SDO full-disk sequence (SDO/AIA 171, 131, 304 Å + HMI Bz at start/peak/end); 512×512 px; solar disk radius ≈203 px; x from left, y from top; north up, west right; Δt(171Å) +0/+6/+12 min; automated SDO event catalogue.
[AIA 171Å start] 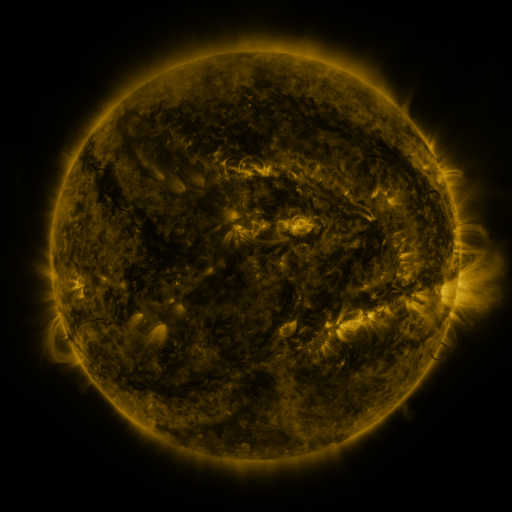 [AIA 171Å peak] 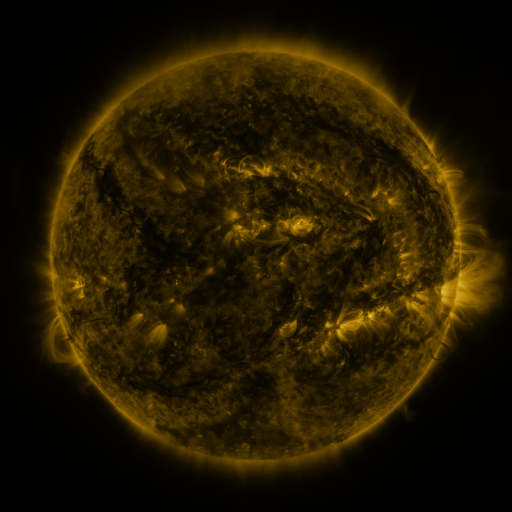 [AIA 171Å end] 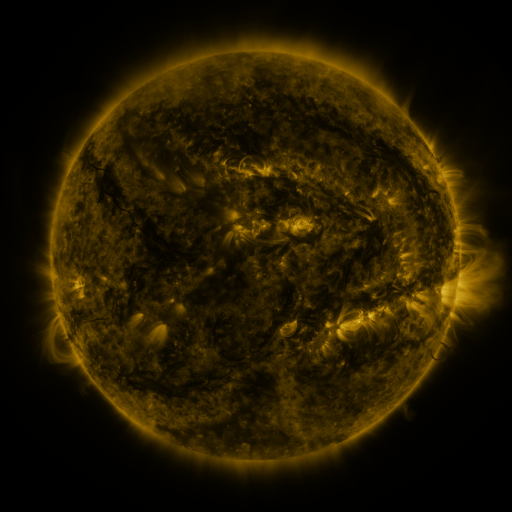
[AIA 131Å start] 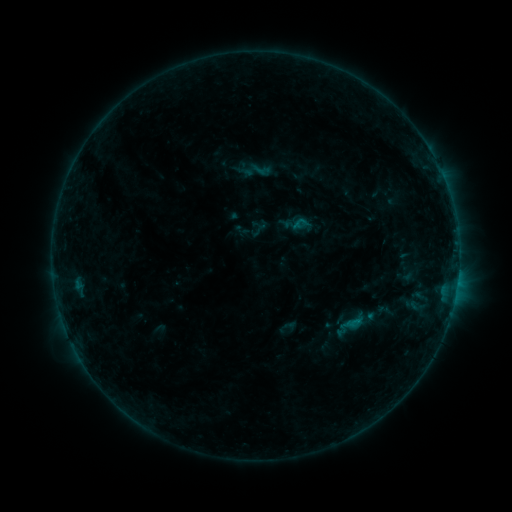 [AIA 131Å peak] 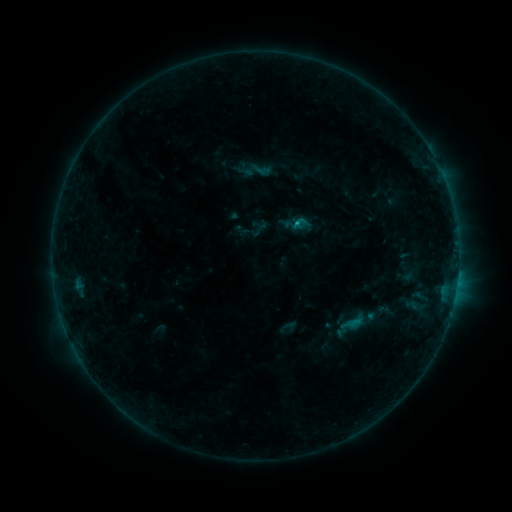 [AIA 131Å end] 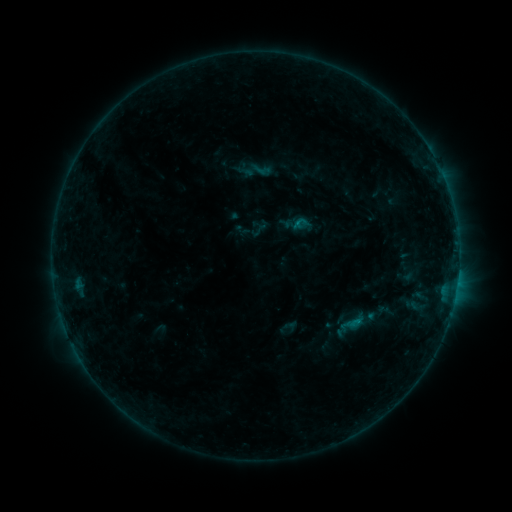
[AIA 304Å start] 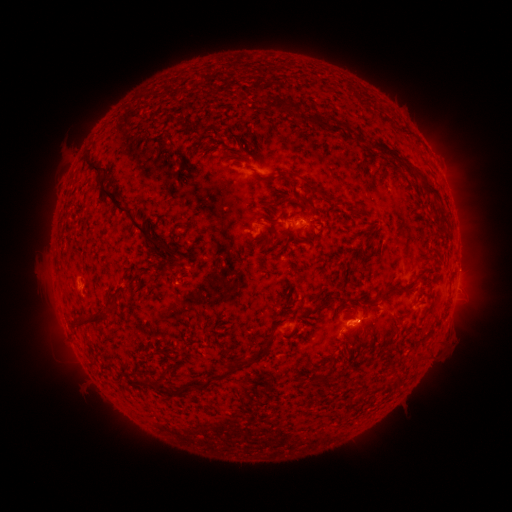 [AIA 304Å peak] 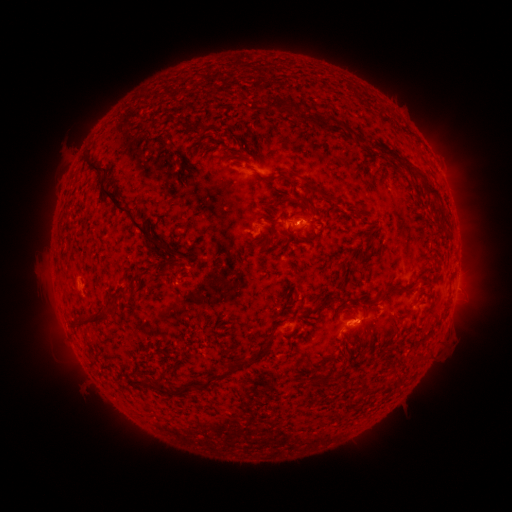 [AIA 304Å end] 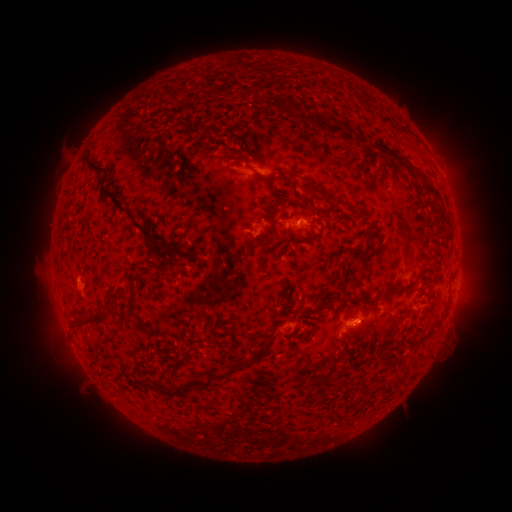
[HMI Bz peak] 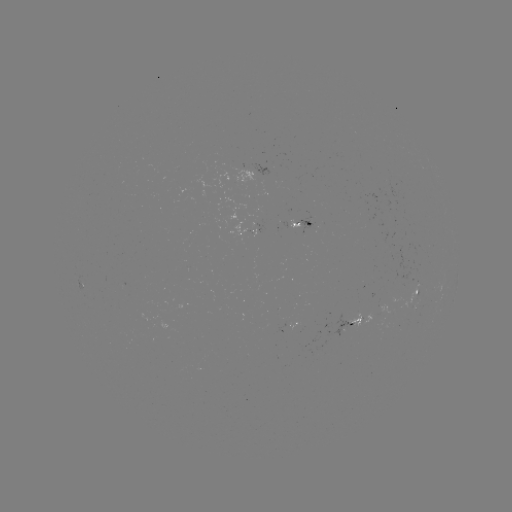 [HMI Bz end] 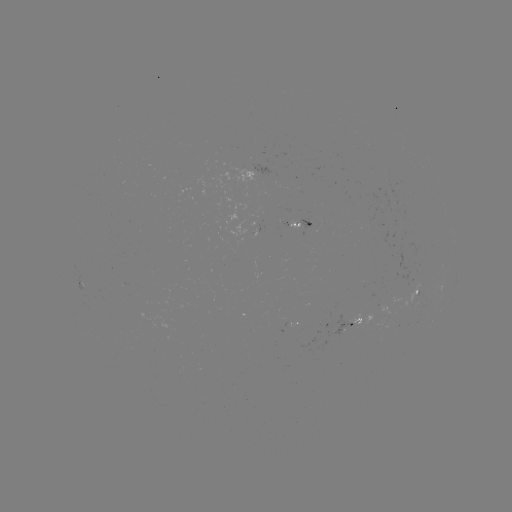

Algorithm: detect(B3.9 flare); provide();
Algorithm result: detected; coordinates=(294, 225)